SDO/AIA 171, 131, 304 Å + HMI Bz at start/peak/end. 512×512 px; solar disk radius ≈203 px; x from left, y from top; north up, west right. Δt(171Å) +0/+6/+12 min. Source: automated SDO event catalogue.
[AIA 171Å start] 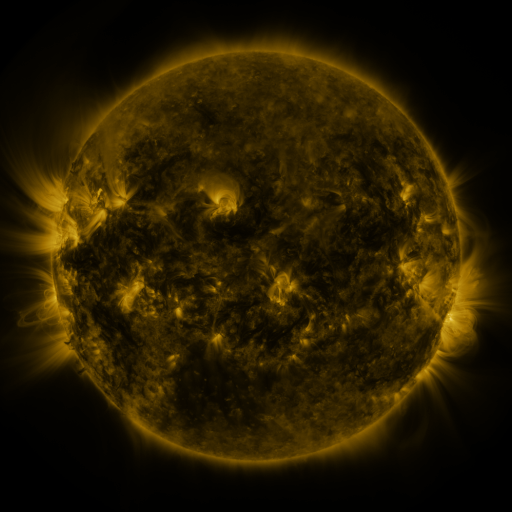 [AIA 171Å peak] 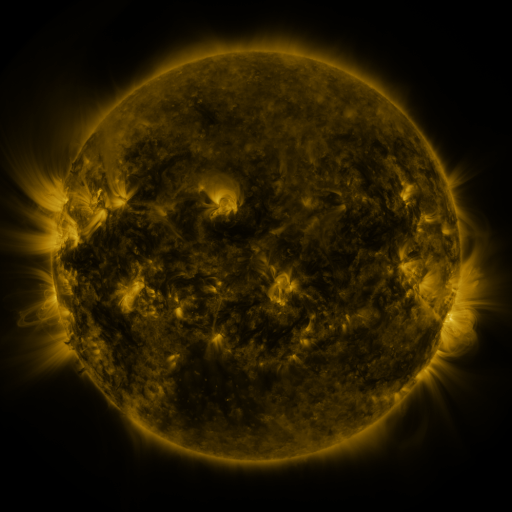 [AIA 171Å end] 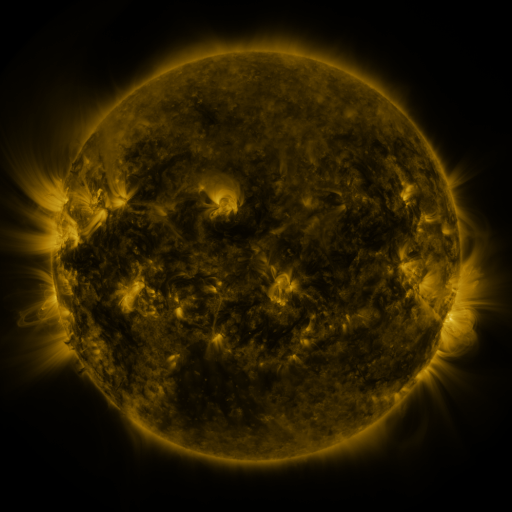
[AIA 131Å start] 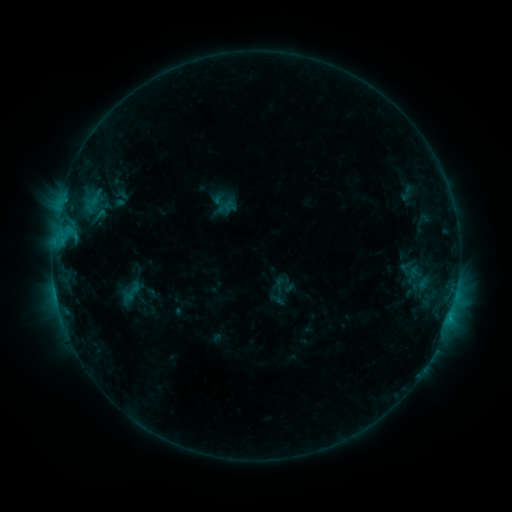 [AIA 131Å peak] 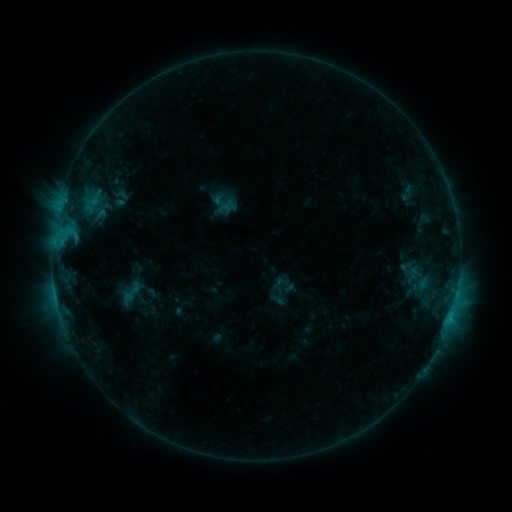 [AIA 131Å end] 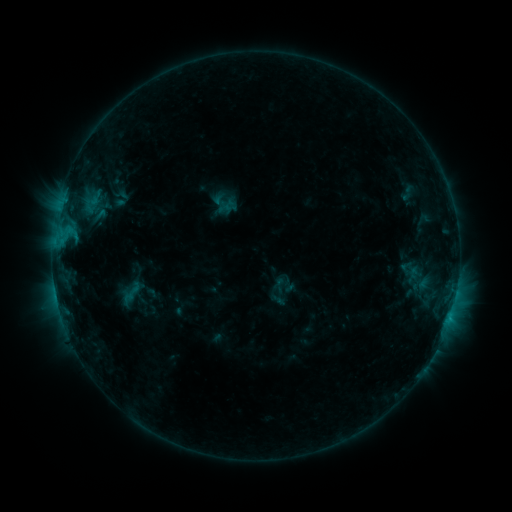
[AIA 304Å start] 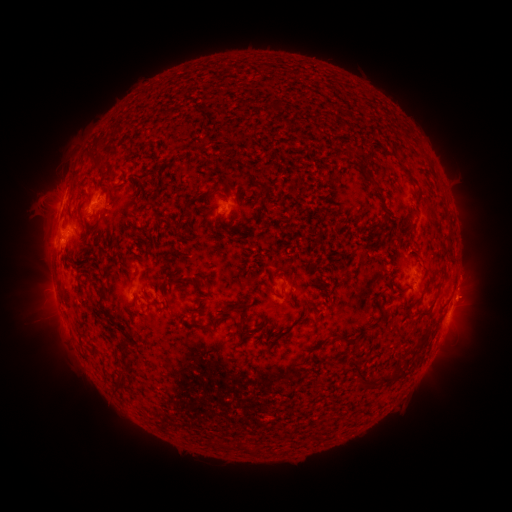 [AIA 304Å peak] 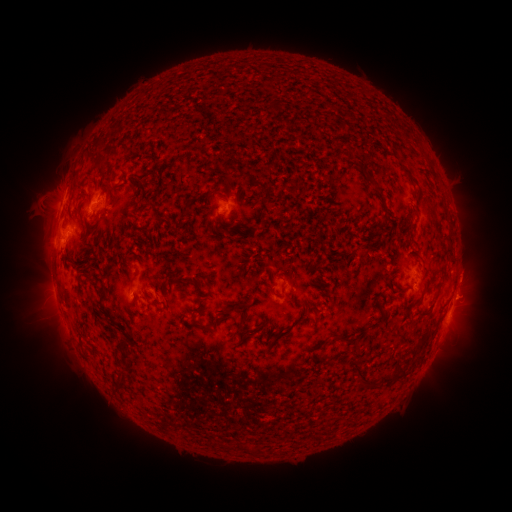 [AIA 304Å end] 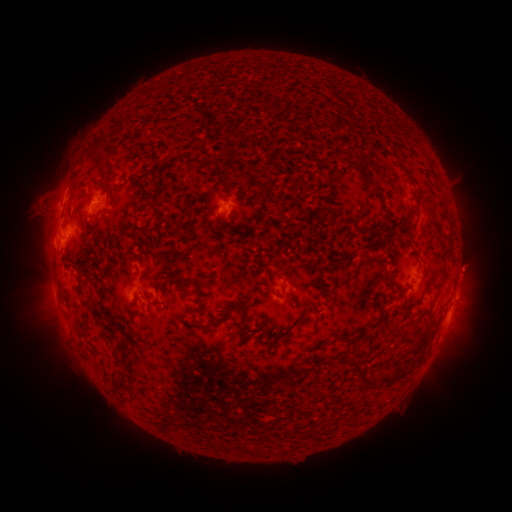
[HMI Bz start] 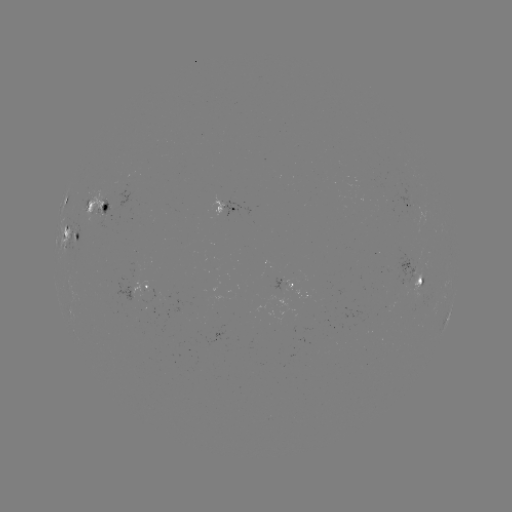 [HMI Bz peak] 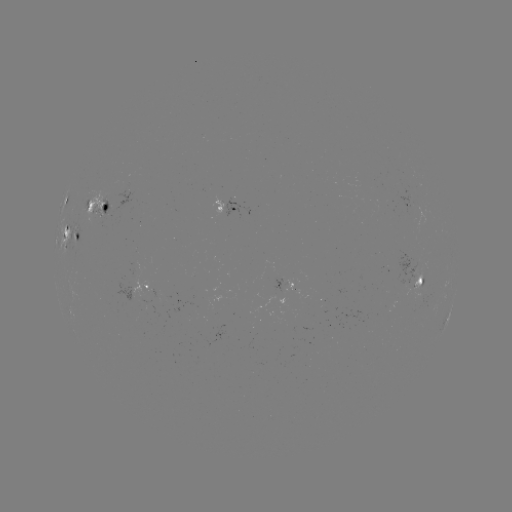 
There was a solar eruption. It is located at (470, 269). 